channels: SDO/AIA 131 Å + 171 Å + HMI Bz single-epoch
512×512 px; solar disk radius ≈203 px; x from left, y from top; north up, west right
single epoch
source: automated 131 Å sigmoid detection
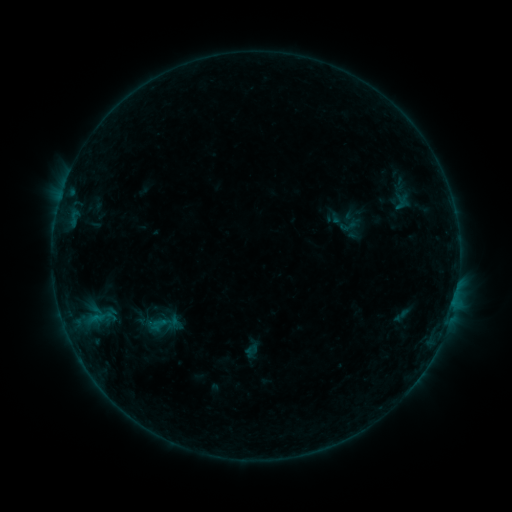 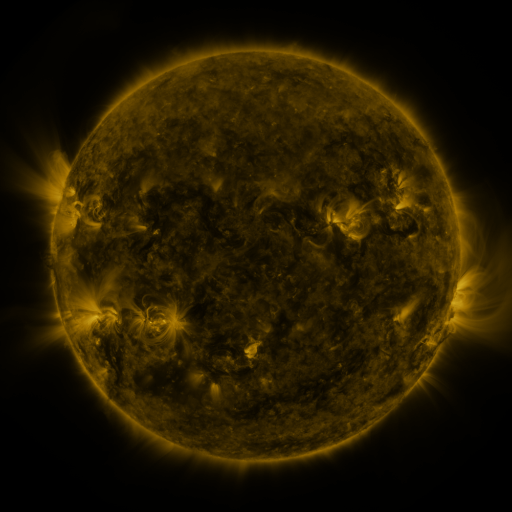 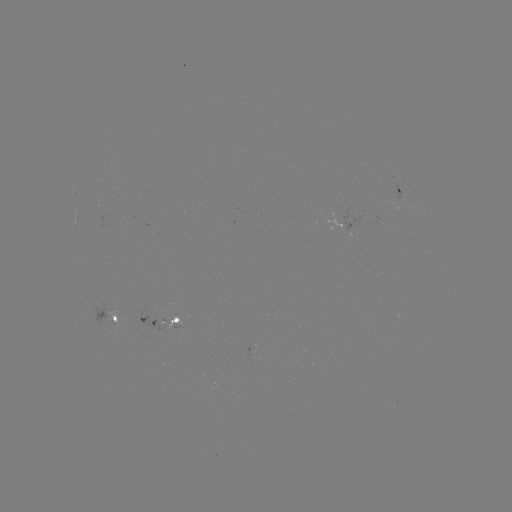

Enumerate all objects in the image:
sigmoid: (349, 225)
sigmoid: (161, 325)
